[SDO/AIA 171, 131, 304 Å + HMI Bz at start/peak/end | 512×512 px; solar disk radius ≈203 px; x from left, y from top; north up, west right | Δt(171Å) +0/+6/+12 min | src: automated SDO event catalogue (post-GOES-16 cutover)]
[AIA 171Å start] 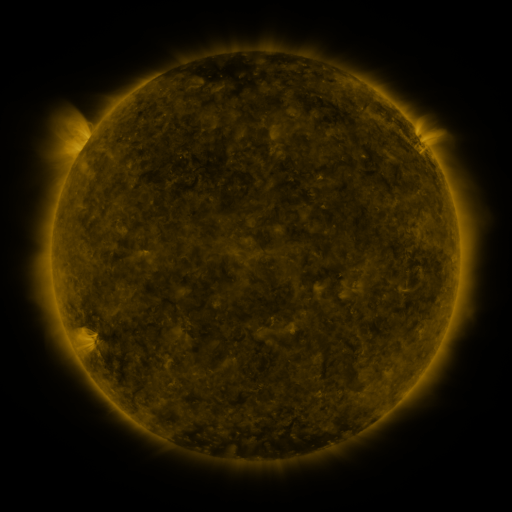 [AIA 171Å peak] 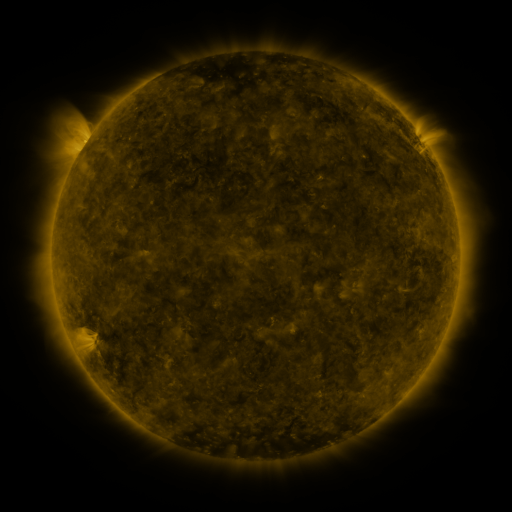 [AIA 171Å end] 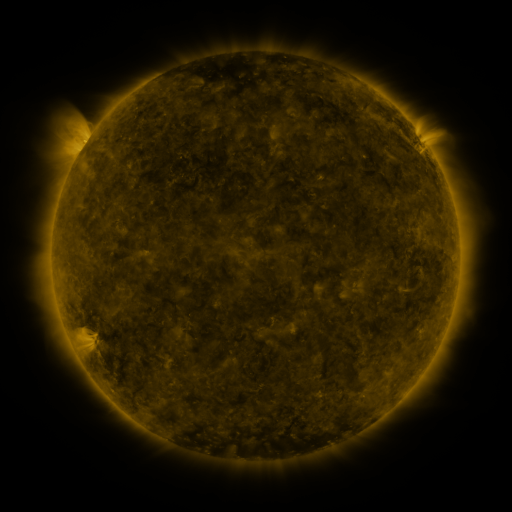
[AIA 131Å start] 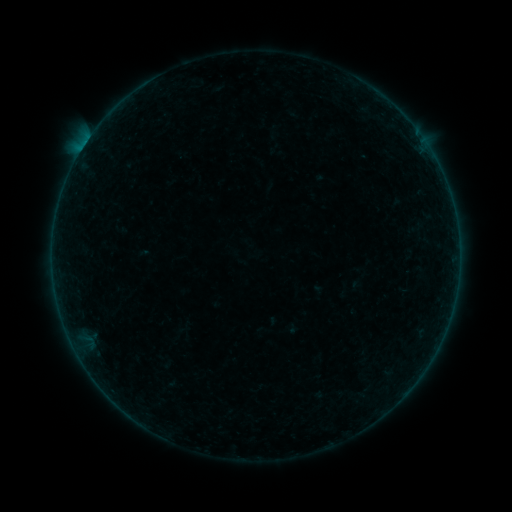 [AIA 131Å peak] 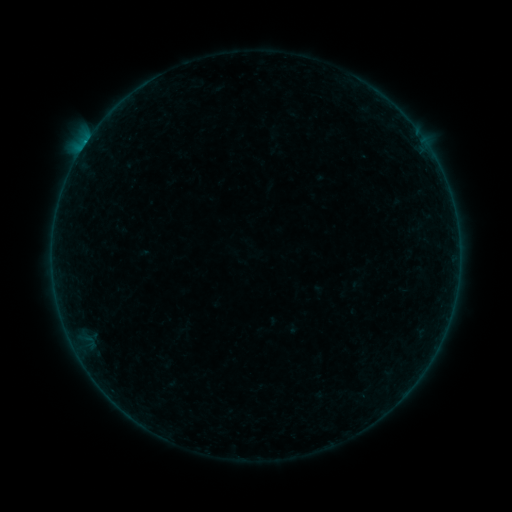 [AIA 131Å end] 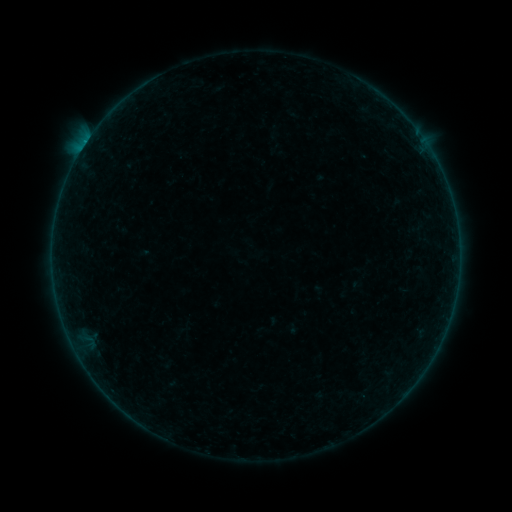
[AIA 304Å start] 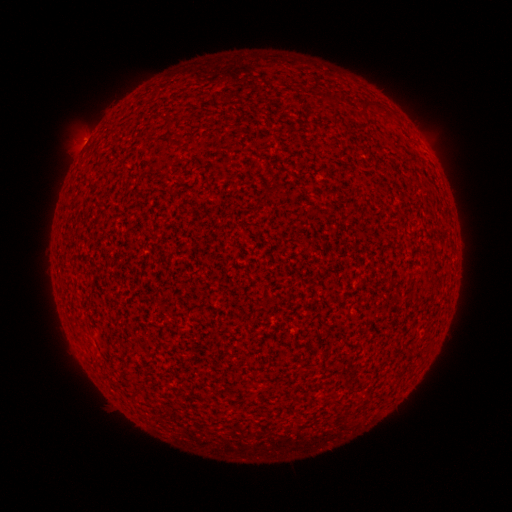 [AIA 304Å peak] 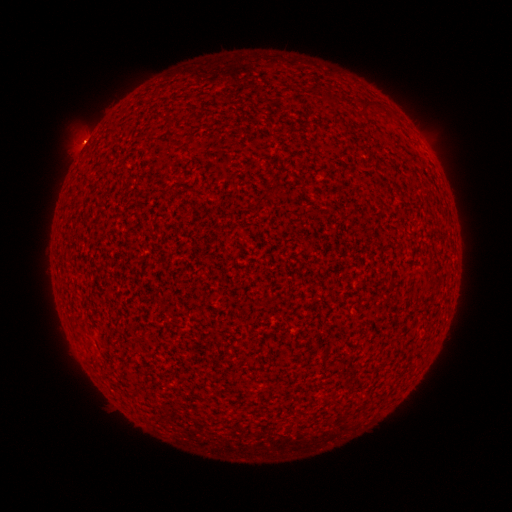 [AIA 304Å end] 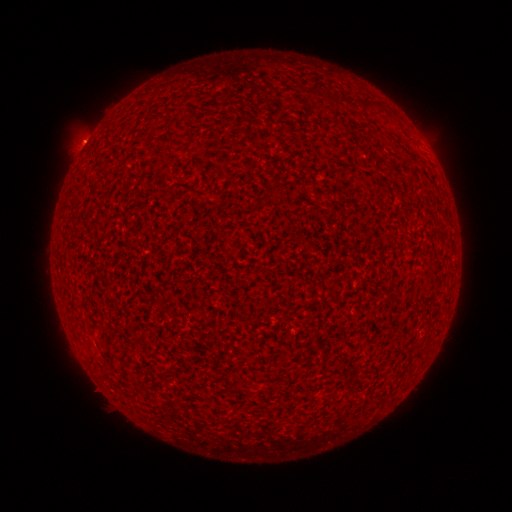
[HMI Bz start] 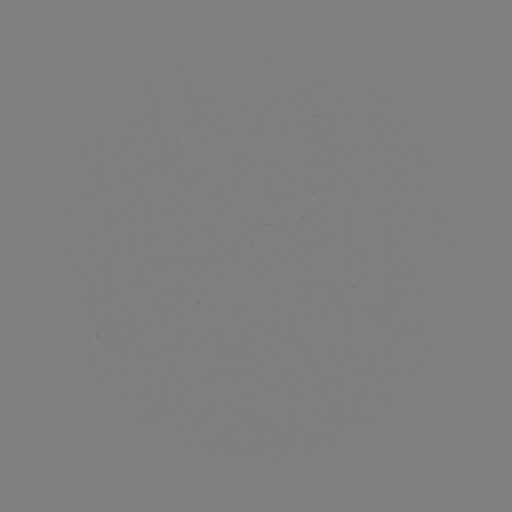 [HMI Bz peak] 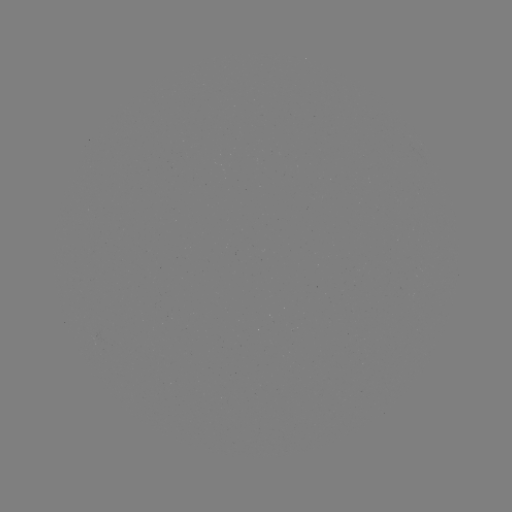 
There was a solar flare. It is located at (85, 145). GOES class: B1.4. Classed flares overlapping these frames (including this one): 2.